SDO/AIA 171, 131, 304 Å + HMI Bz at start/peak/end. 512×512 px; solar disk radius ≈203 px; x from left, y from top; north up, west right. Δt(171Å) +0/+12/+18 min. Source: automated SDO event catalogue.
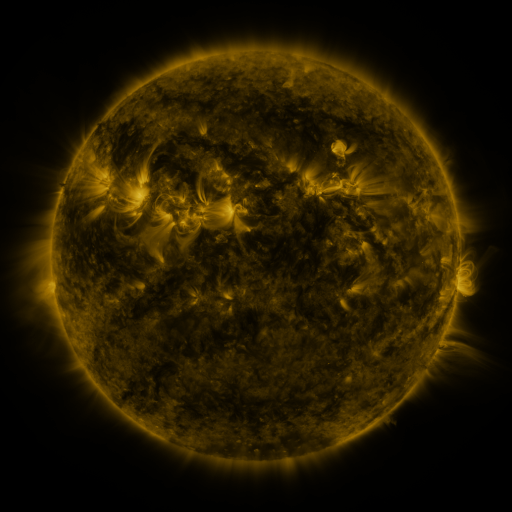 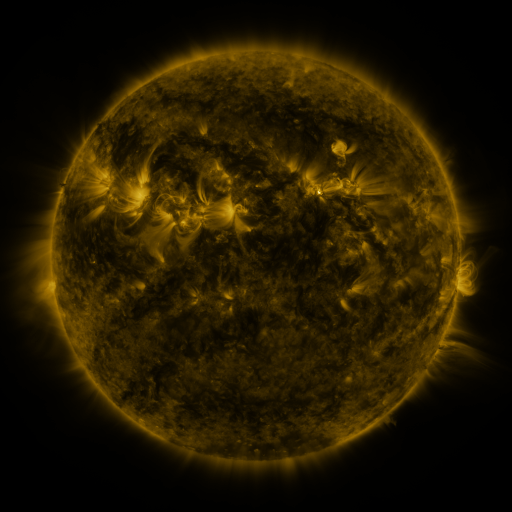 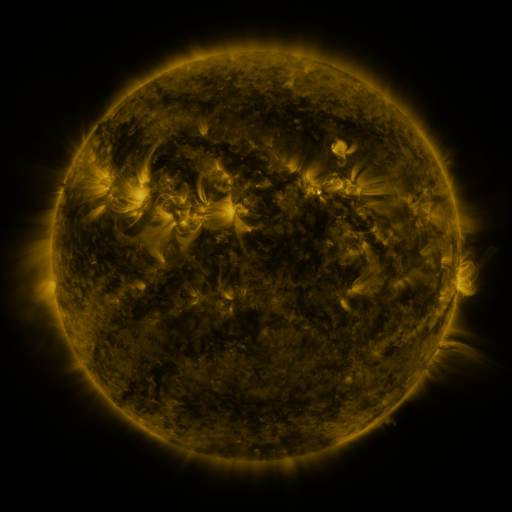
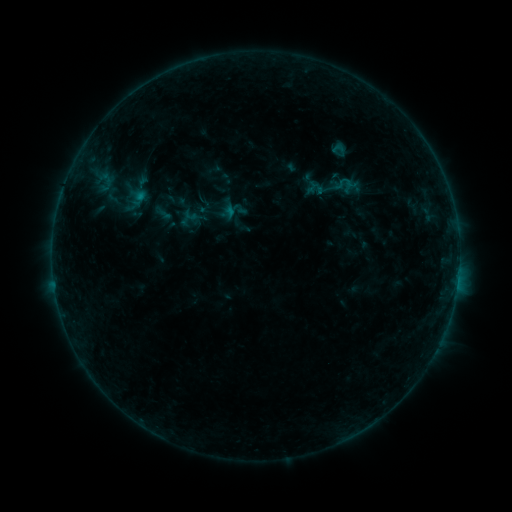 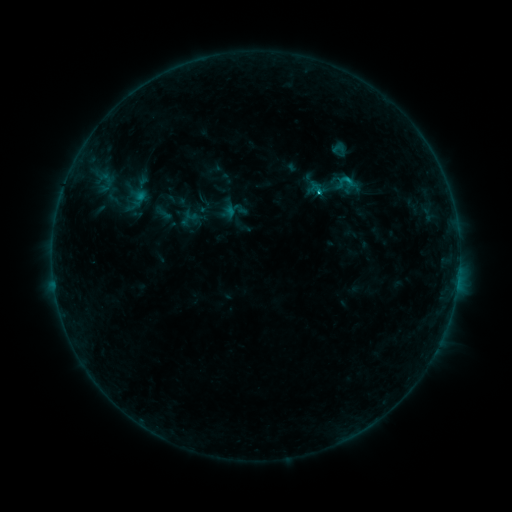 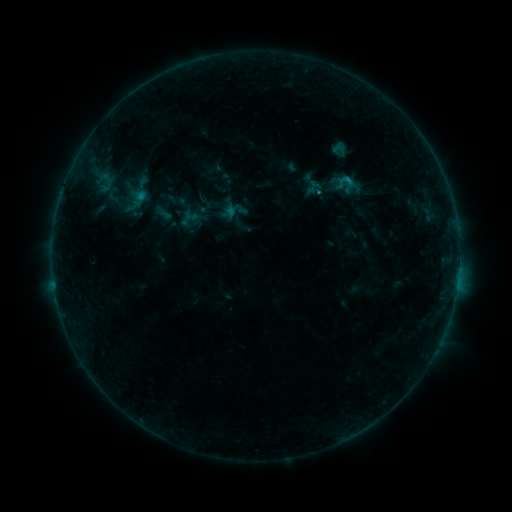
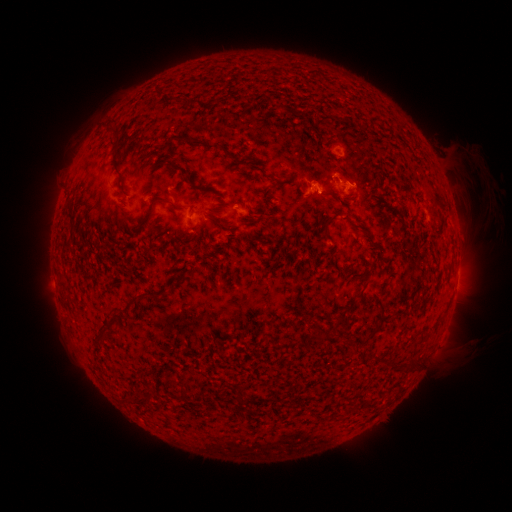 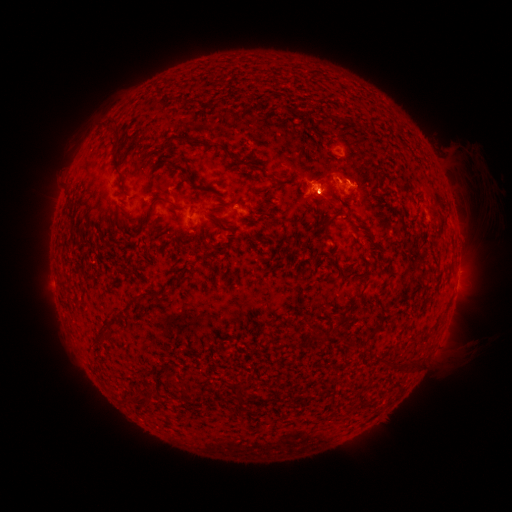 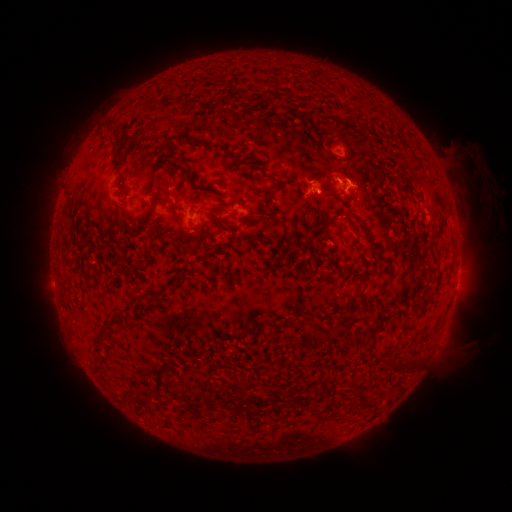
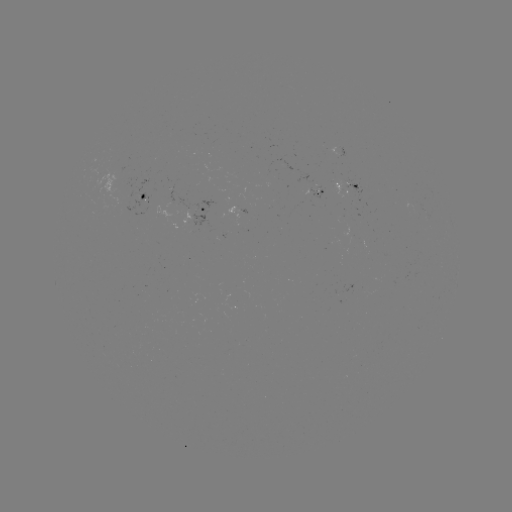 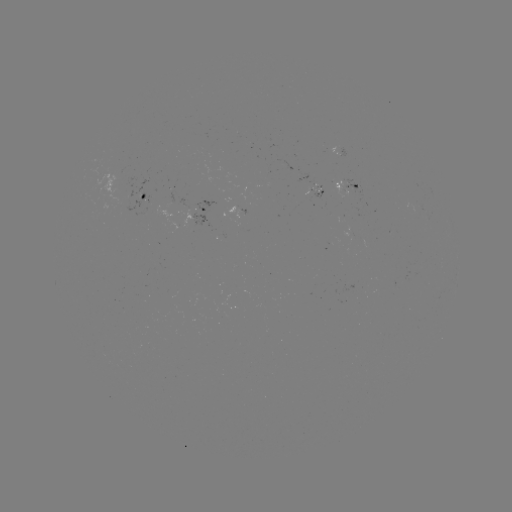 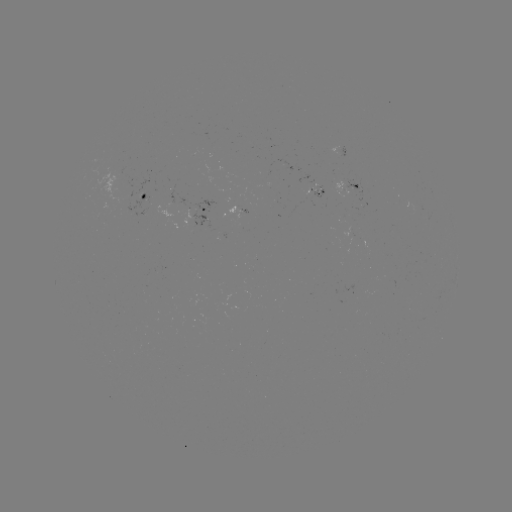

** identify B7.2 flare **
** (317, 193) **